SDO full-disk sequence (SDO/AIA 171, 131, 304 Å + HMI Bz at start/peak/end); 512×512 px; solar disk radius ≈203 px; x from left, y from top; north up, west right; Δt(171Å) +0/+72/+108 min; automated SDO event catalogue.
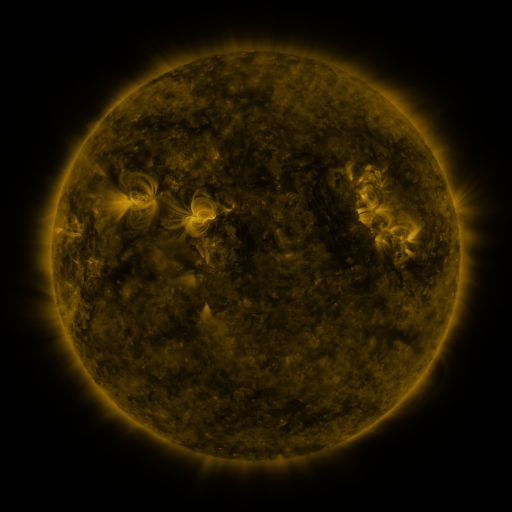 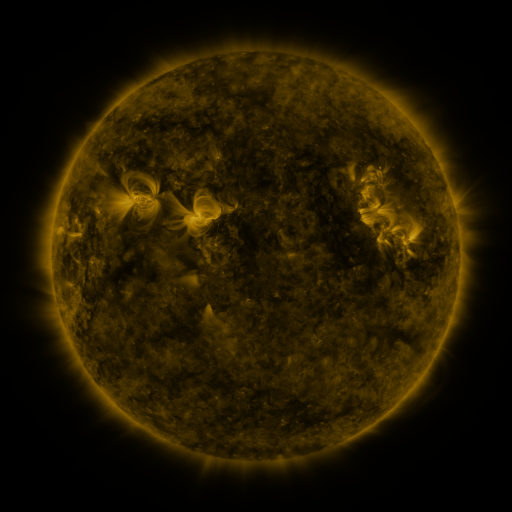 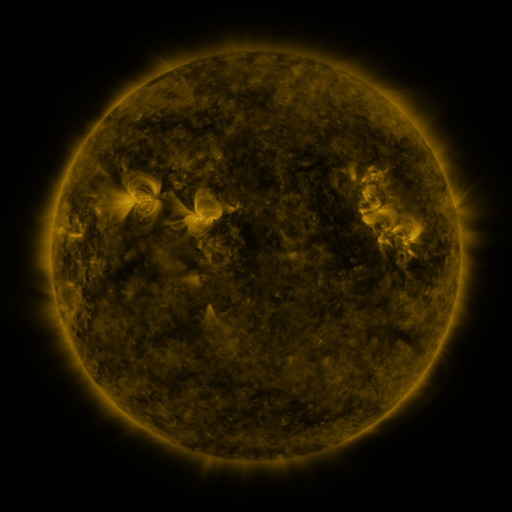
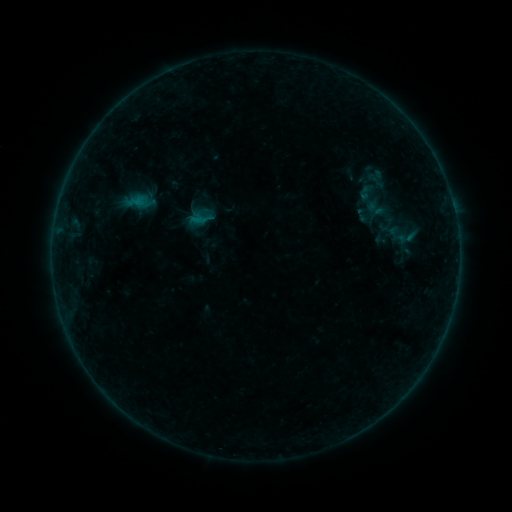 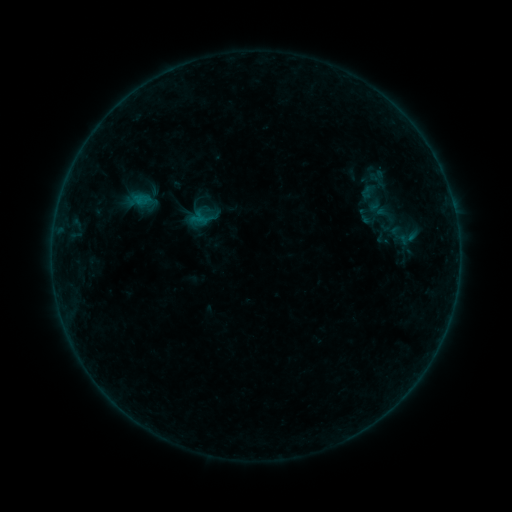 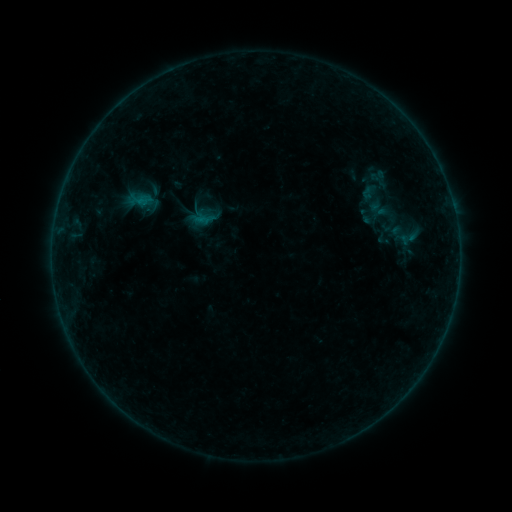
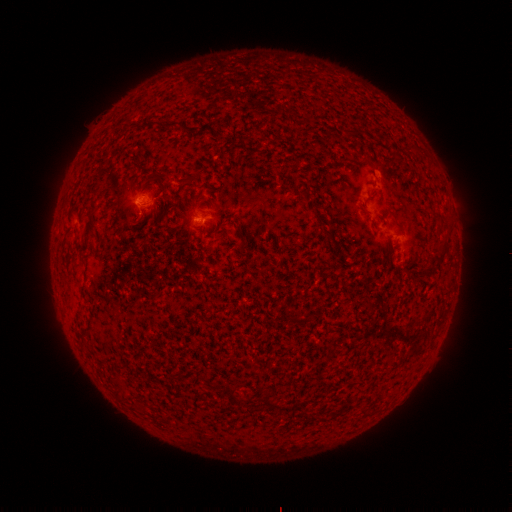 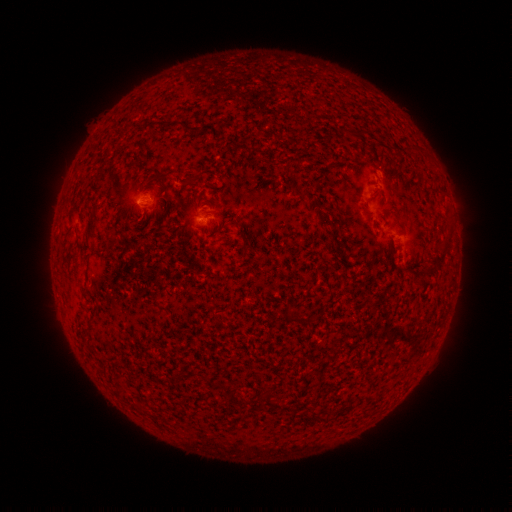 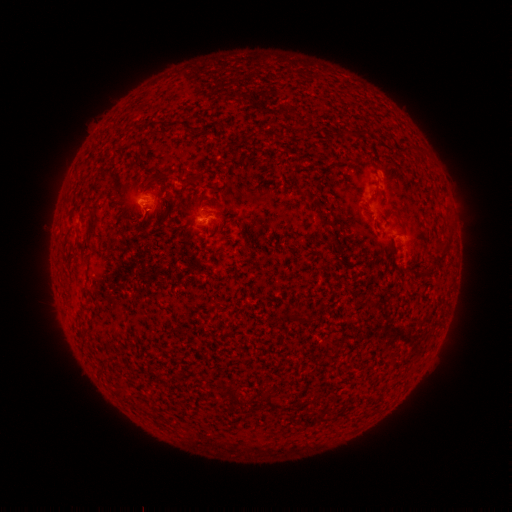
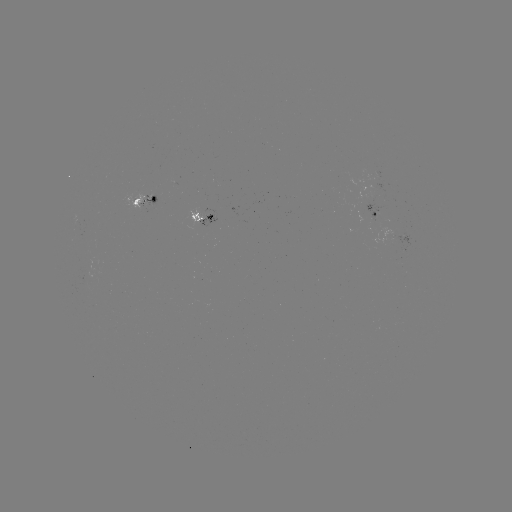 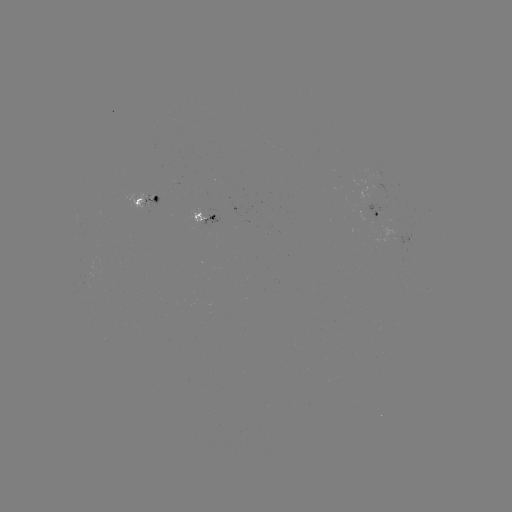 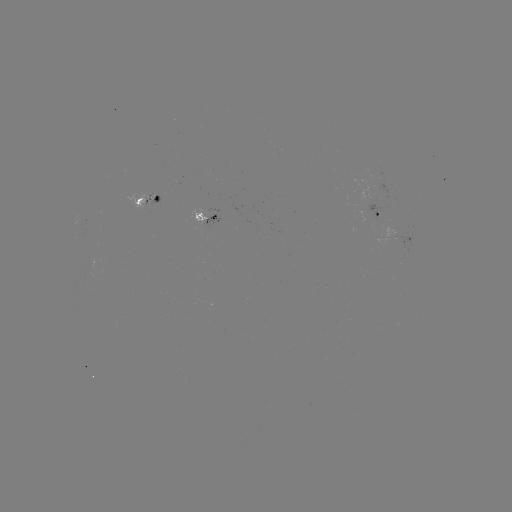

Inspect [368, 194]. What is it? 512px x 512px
emerging-flux region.